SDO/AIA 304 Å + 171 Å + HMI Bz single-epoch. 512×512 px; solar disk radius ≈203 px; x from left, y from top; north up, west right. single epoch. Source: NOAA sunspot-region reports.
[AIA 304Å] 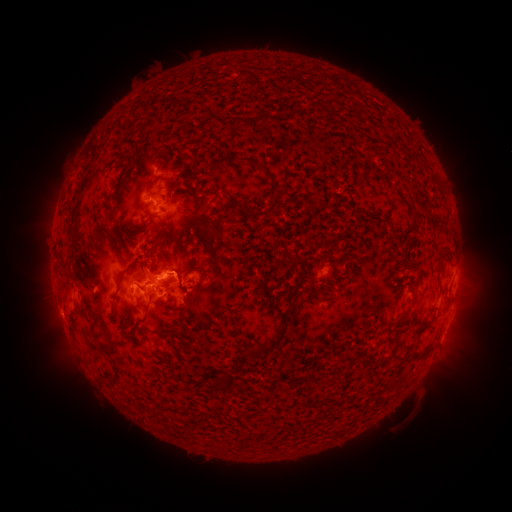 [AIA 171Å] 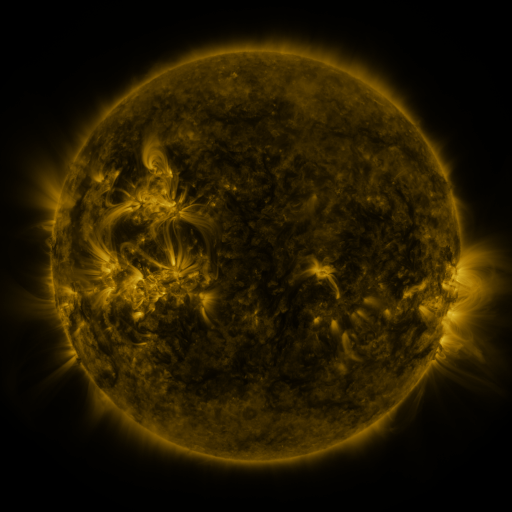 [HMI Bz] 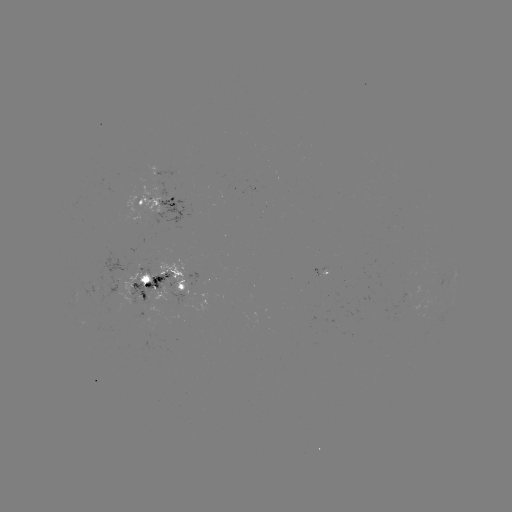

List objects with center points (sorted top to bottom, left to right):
spotted active region: (158, 202)
spotted active region: (160, 286)
